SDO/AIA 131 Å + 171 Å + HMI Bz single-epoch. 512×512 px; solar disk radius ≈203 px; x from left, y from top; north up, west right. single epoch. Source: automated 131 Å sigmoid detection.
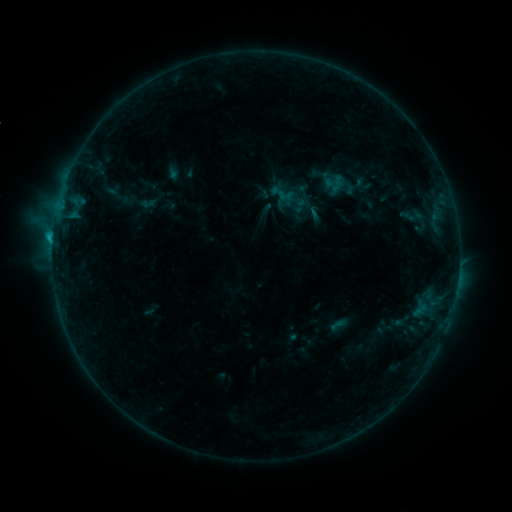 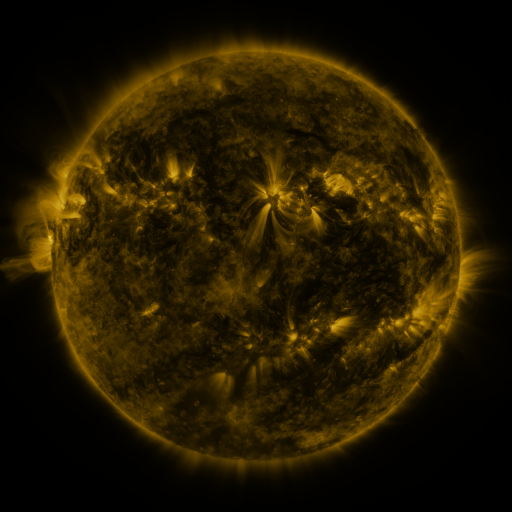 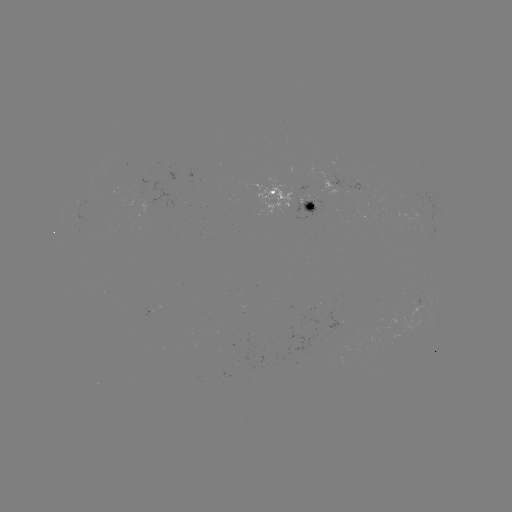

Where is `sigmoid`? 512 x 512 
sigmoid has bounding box [282, 197, 303, 216].